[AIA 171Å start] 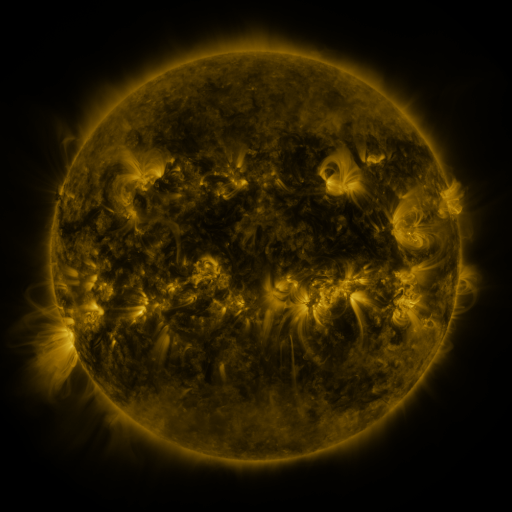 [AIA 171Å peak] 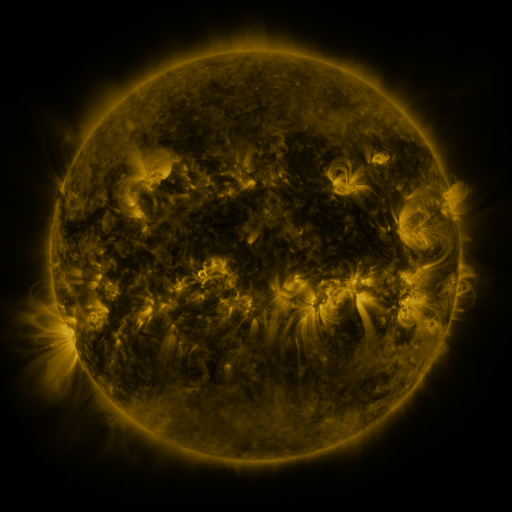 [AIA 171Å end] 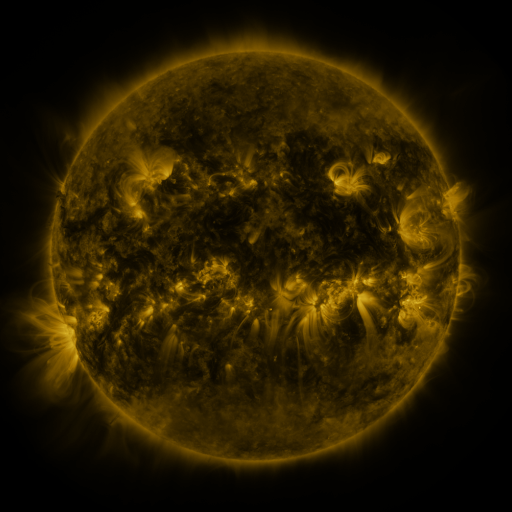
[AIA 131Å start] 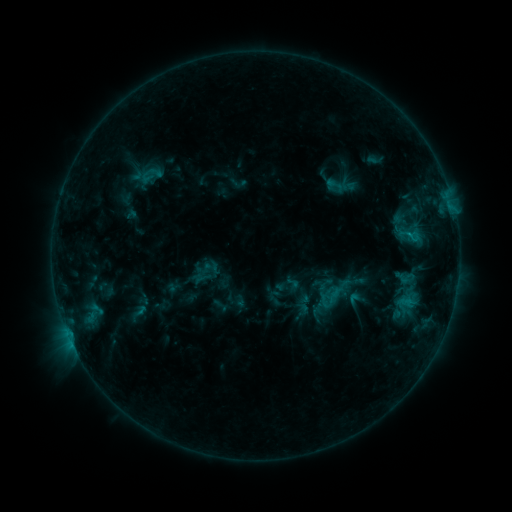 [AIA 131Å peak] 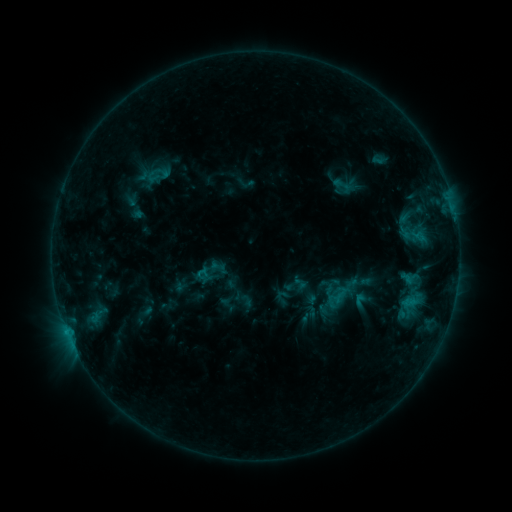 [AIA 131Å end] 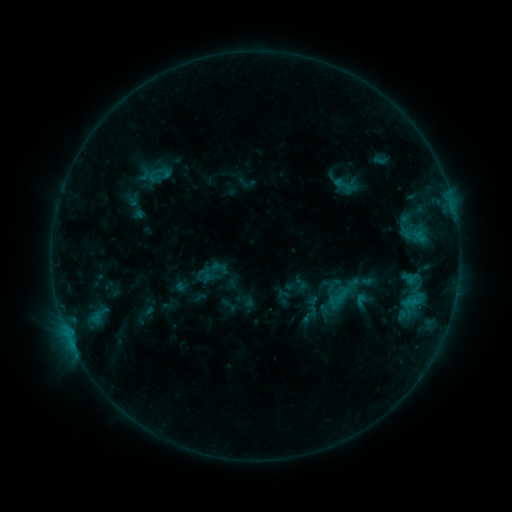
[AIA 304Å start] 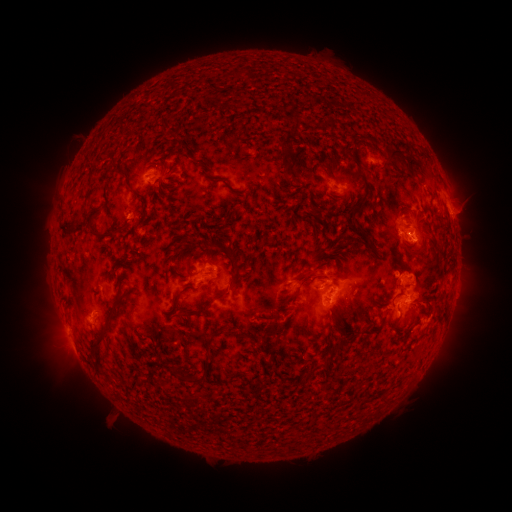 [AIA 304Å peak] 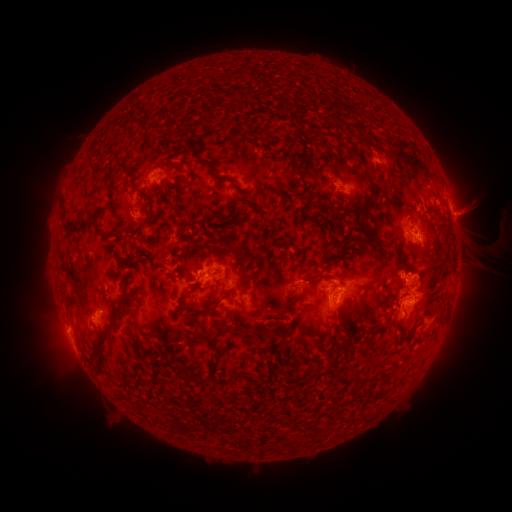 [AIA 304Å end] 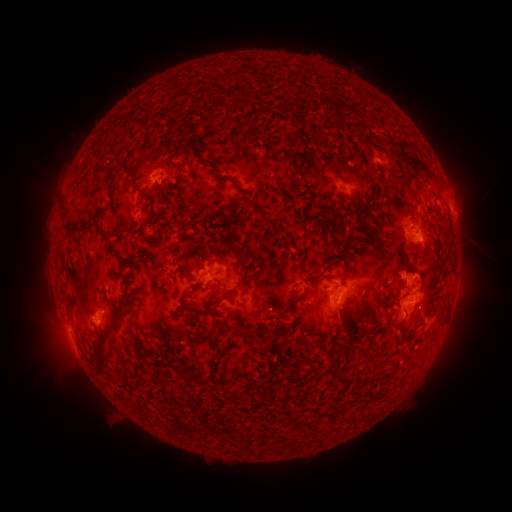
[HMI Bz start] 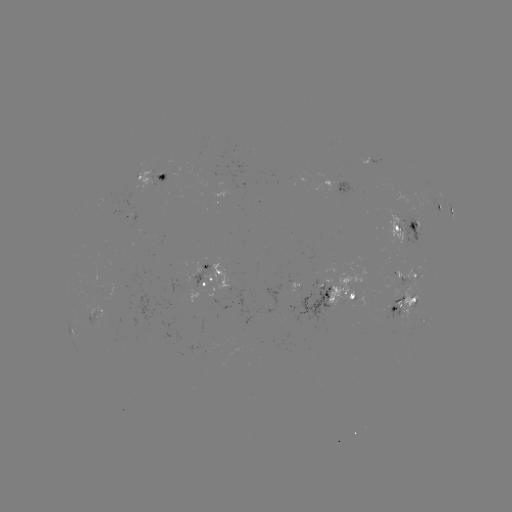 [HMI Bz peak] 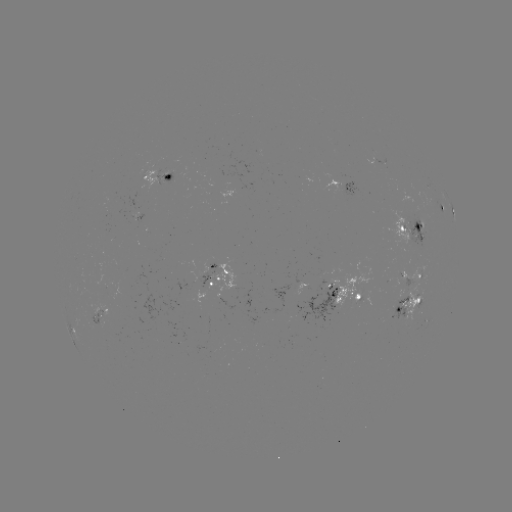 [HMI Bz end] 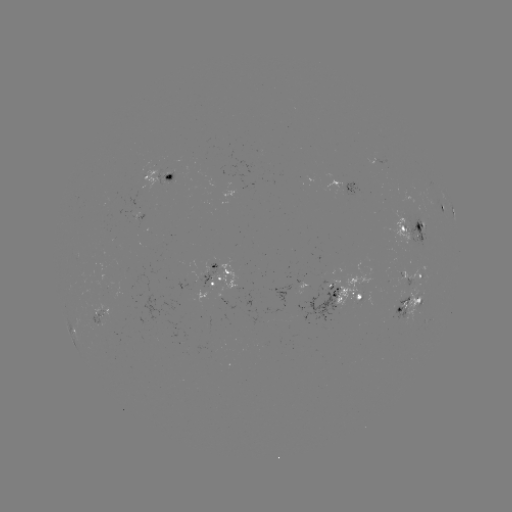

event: emerging-flux region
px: (401, 315)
